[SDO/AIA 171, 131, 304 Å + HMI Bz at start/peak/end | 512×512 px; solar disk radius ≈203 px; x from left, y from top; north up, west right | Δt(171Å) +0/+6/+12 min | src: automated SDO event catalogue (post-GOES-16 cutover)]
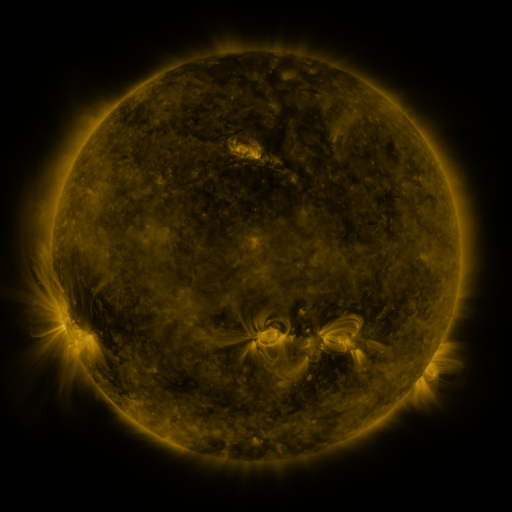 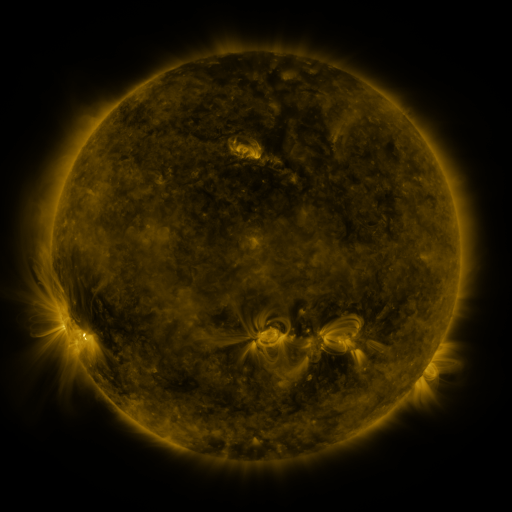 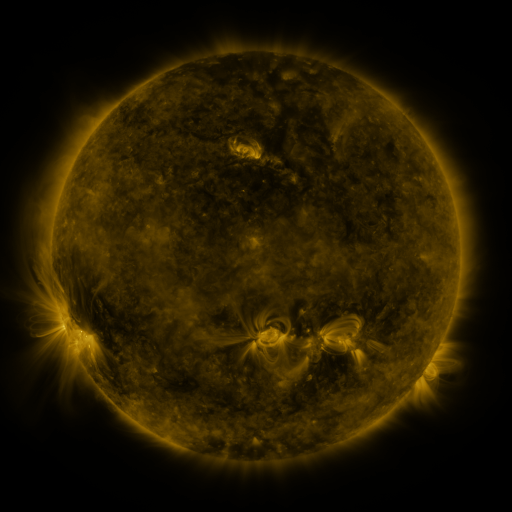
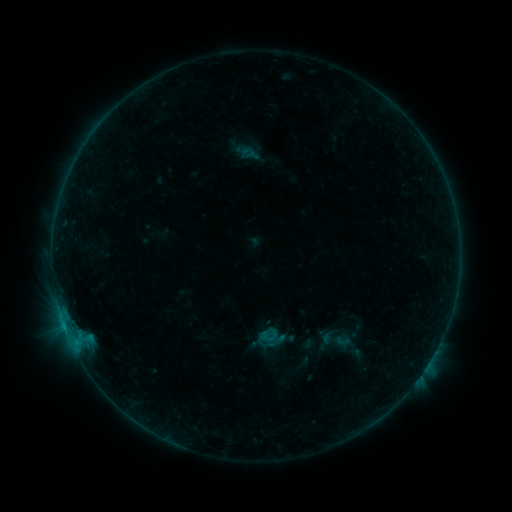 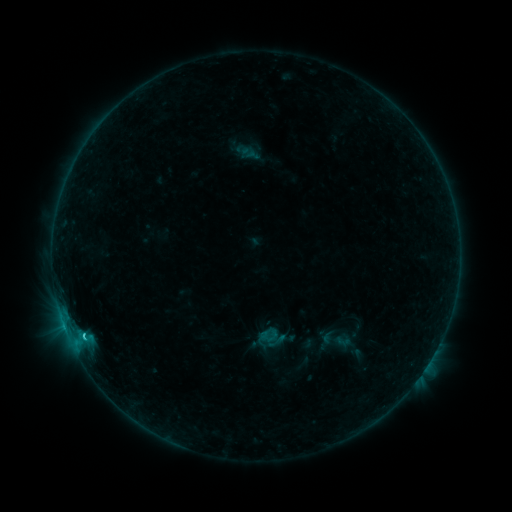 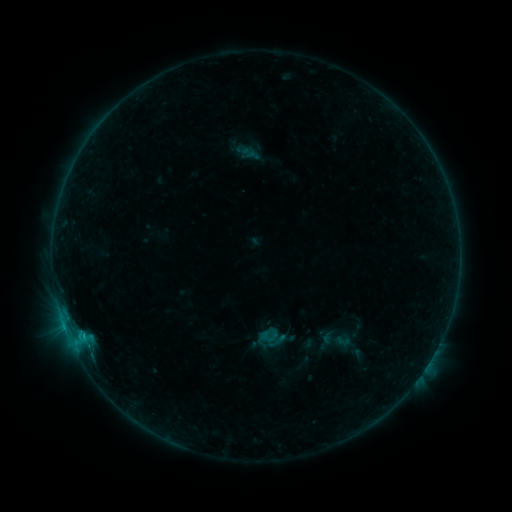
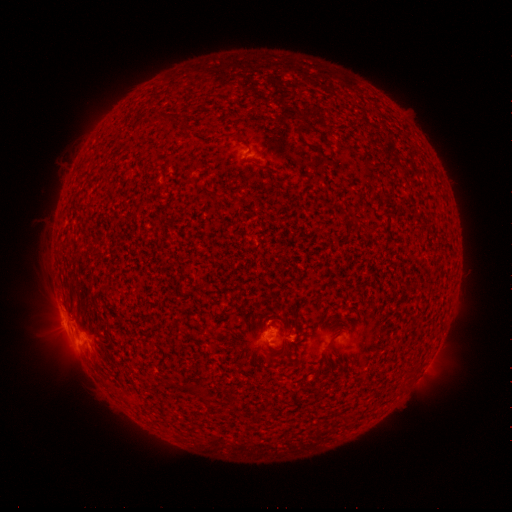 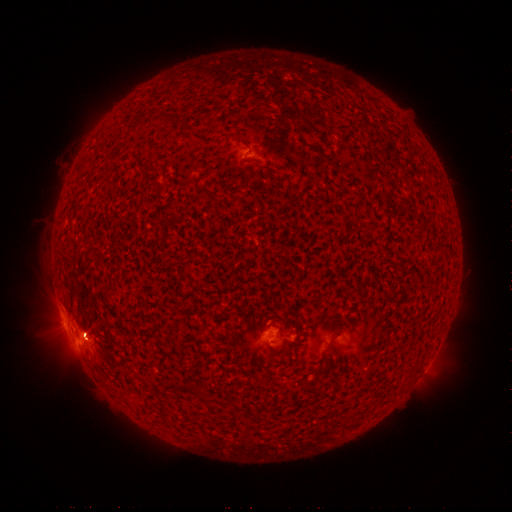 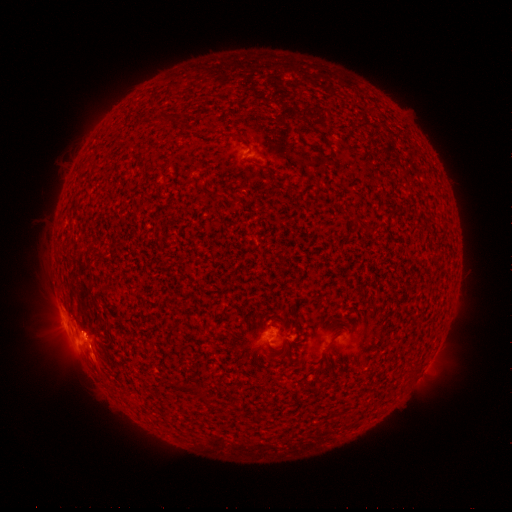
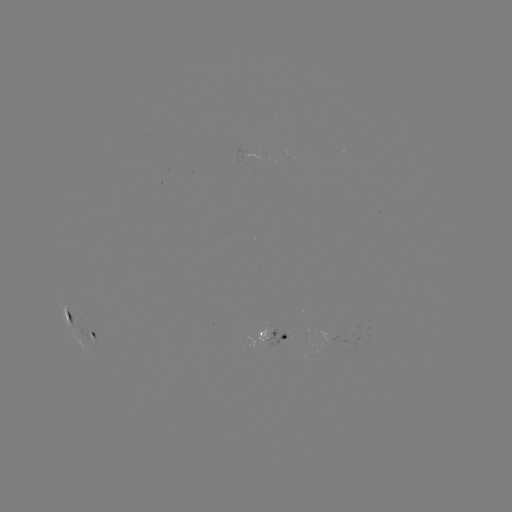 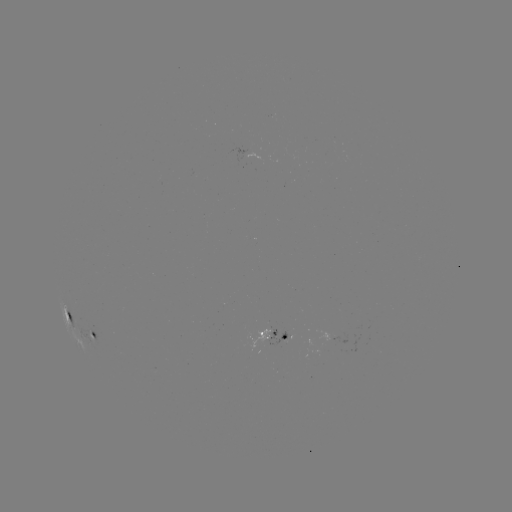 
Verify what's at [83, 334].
C1.4 flare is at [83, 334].